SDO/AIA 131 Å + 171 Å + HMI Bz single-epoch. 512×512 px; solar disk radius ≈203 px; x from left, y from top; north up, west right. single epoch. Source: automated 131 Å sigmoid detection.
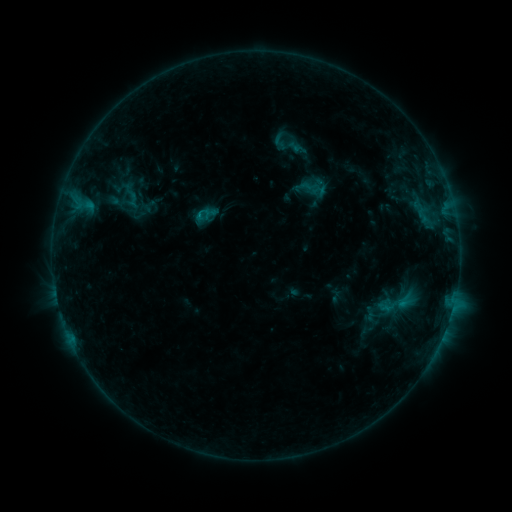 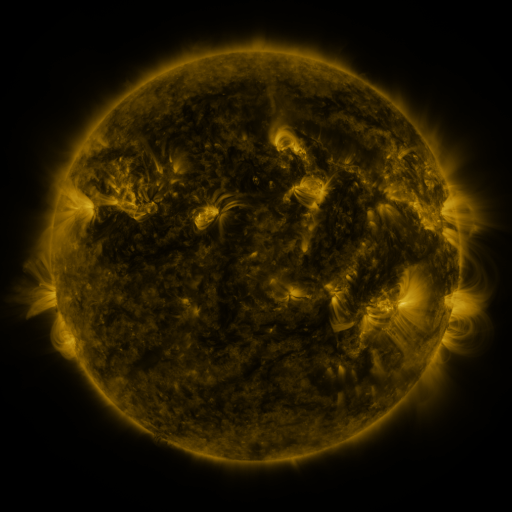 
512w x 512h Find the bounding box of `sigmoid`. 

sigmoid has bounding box [374, 275, 420, 330].